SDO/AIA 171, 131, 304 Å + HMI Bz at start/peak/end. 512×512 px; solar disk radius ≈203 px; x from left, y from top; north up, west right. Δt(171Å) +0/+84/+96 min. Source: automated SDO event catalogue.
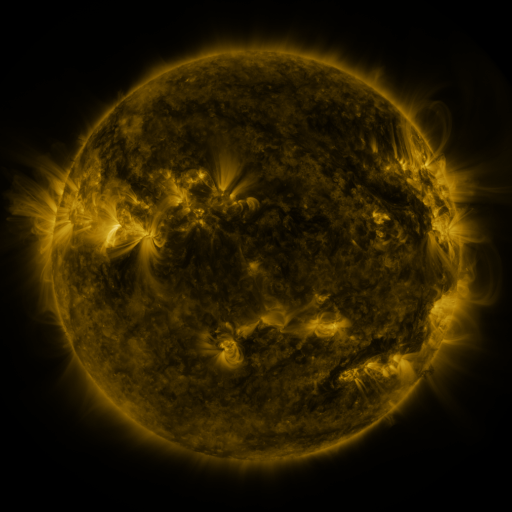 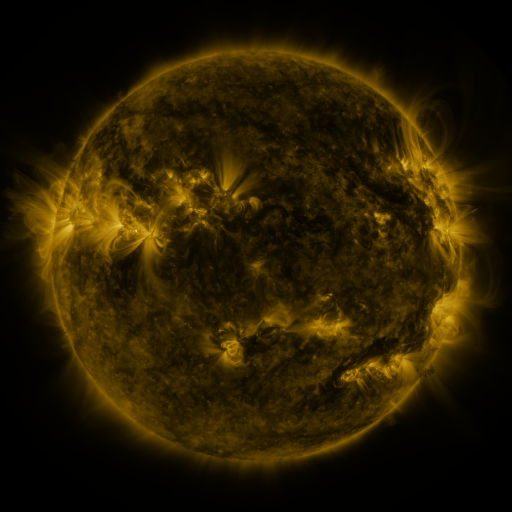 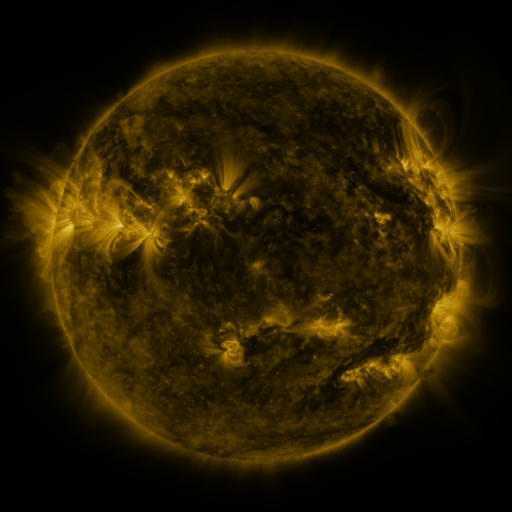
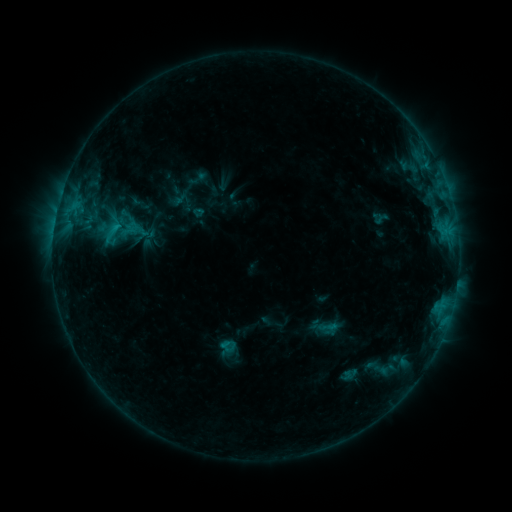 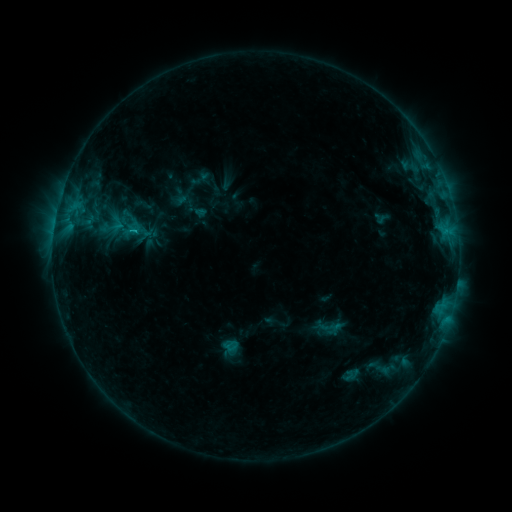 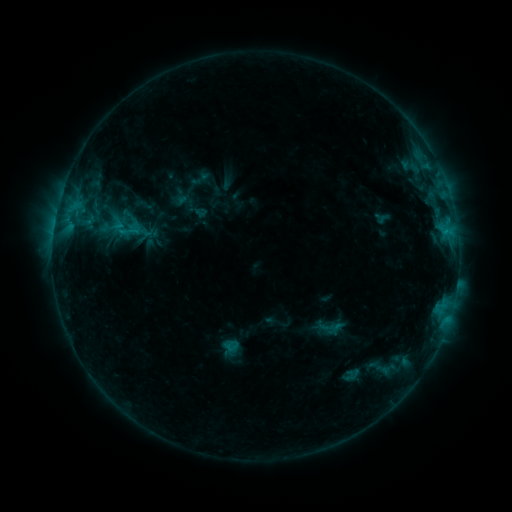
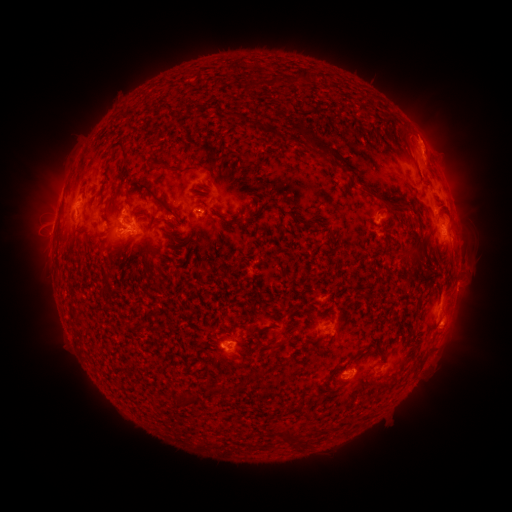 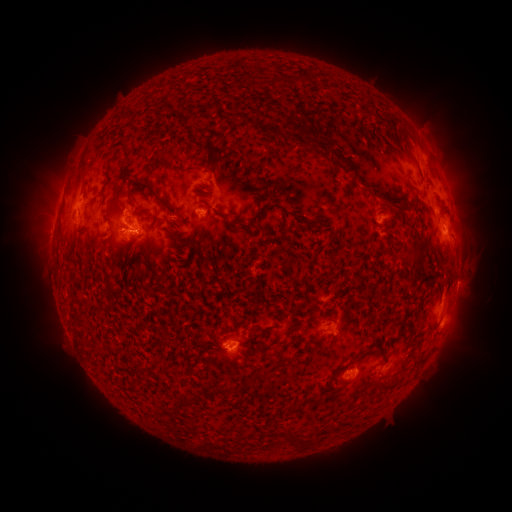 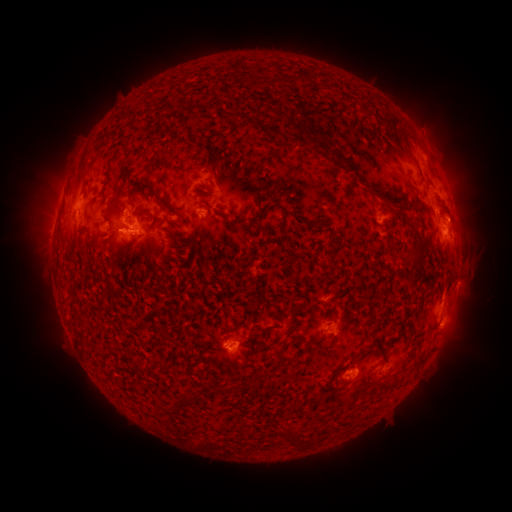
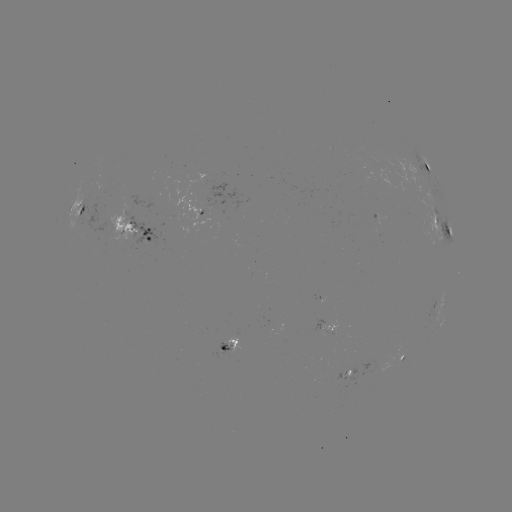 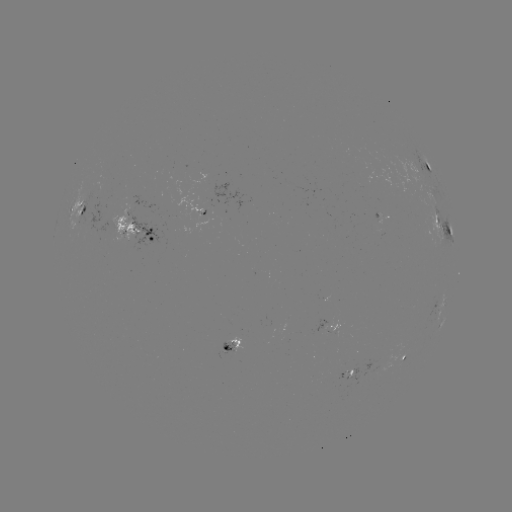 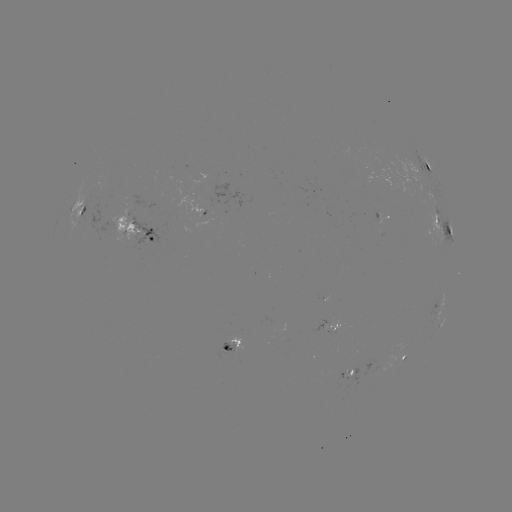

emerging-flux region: <bbox>201, 198, 212, 205</bbox>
